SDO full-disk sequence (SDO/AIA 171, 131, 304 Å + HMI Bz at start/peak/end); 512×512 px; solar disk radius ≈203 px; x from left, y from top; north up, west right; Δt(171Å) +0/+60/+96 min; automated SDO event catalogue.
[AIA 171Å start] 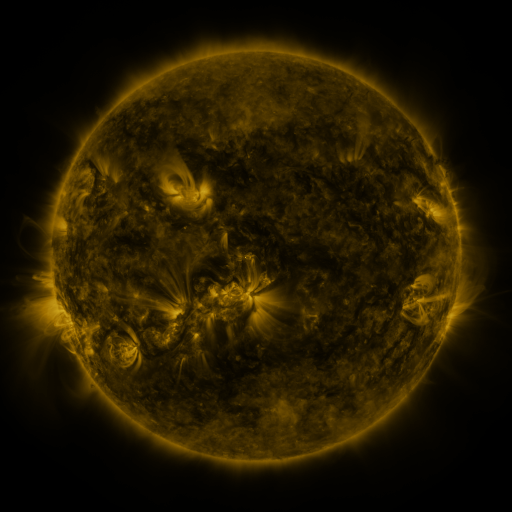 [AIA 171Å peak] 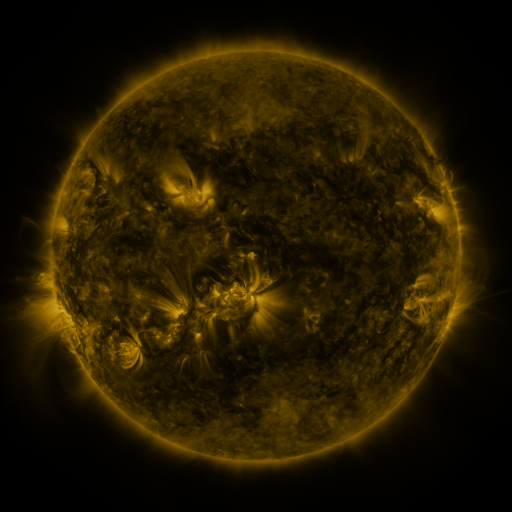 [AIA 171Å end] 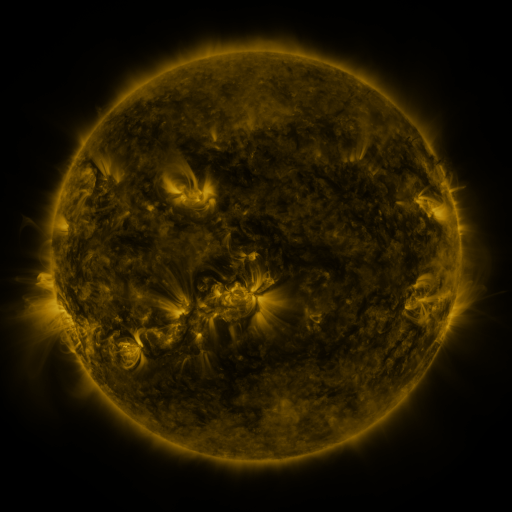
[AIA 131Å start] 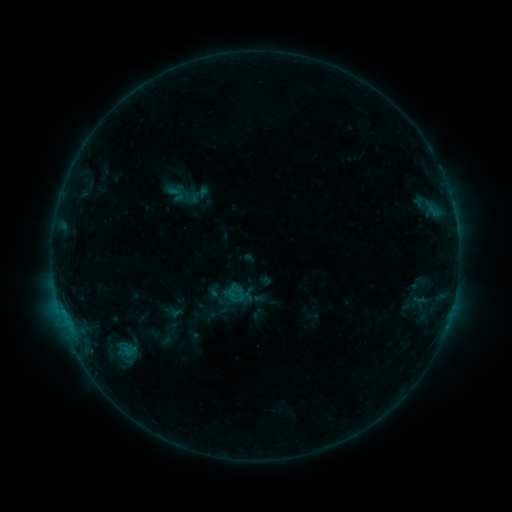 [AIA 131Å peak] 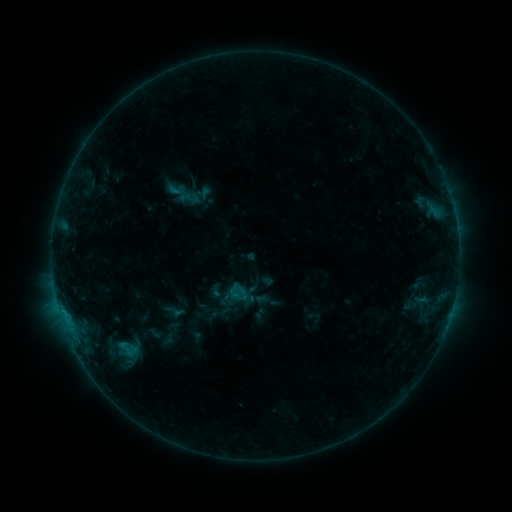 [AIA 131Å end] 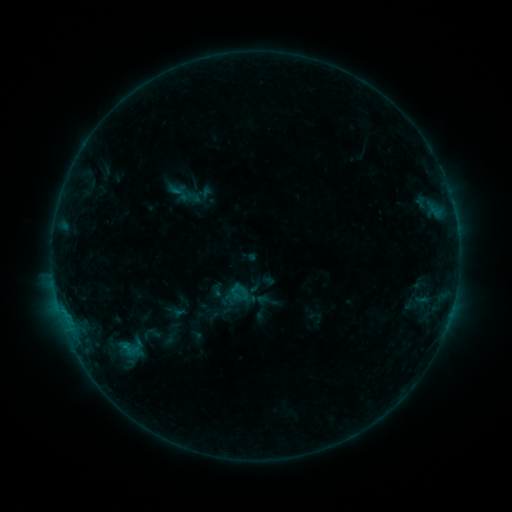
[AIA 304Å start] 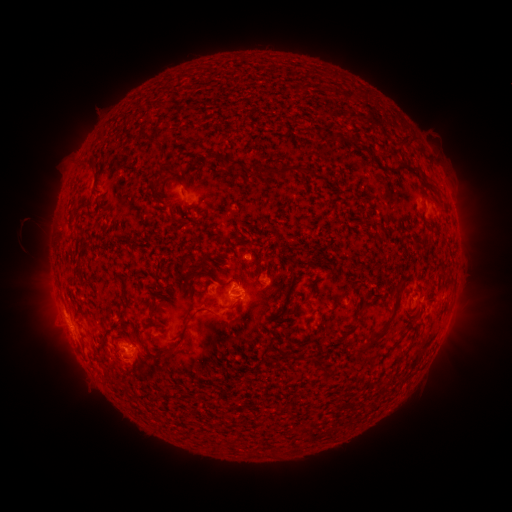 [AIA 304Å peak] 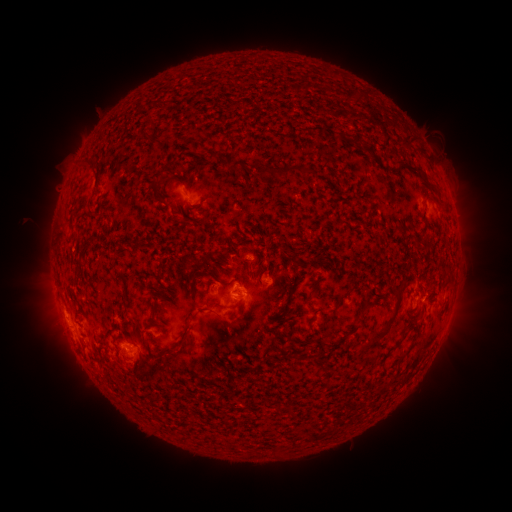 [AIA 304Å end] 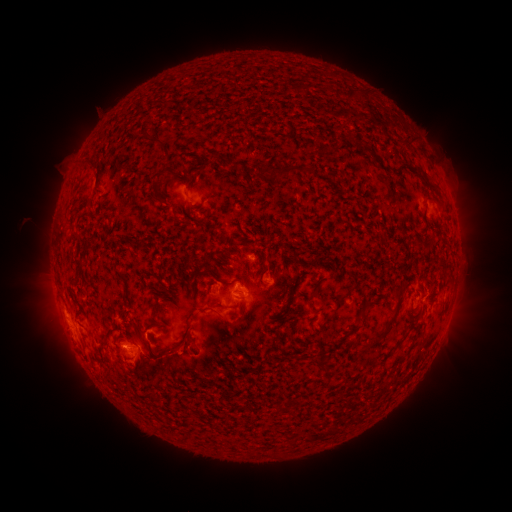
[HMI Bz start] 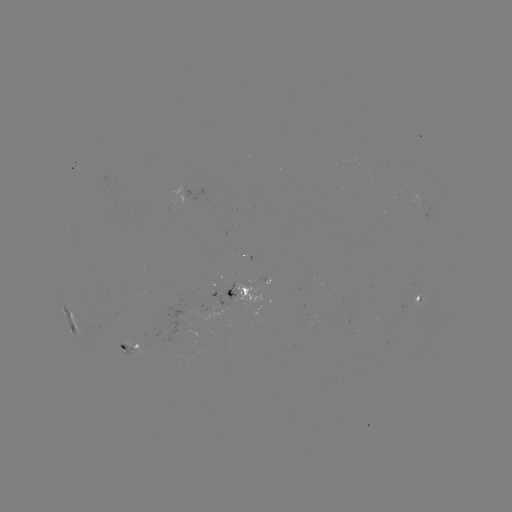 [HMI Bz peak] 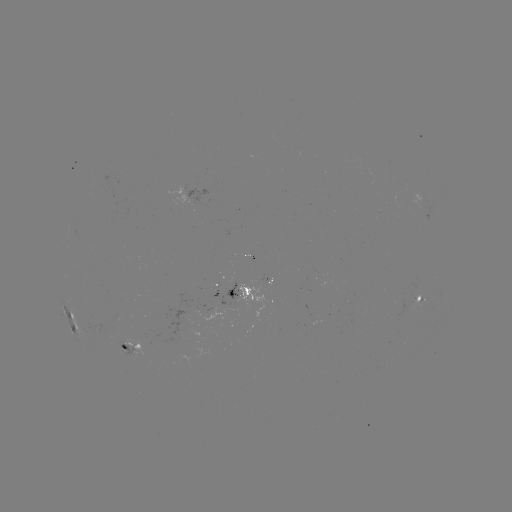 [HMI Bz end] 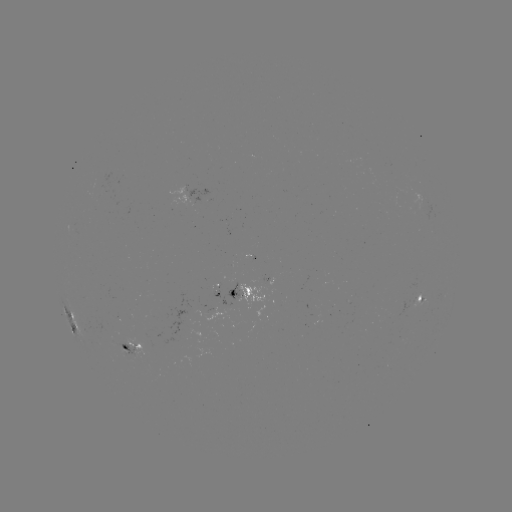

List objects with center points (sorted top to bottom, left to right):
emerging-flux region: (124, 349)
